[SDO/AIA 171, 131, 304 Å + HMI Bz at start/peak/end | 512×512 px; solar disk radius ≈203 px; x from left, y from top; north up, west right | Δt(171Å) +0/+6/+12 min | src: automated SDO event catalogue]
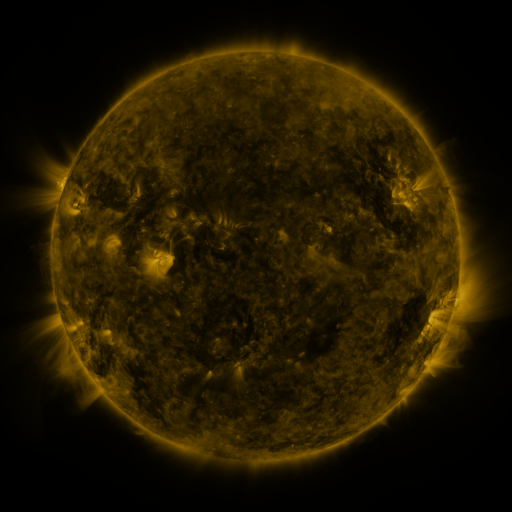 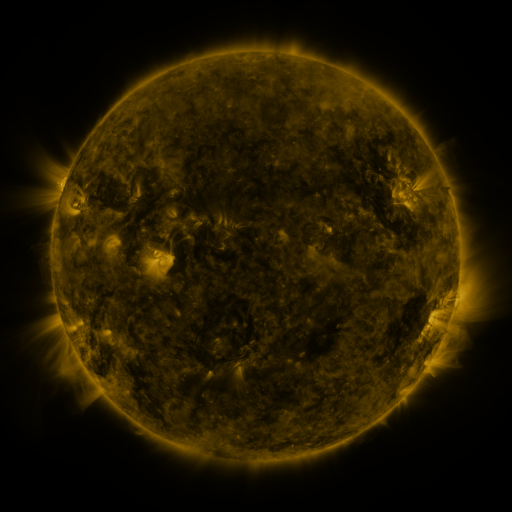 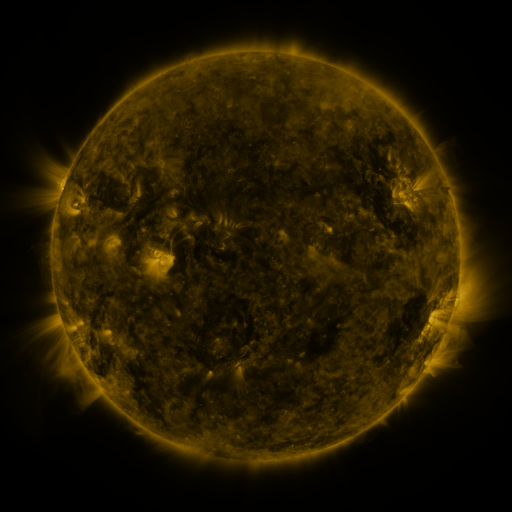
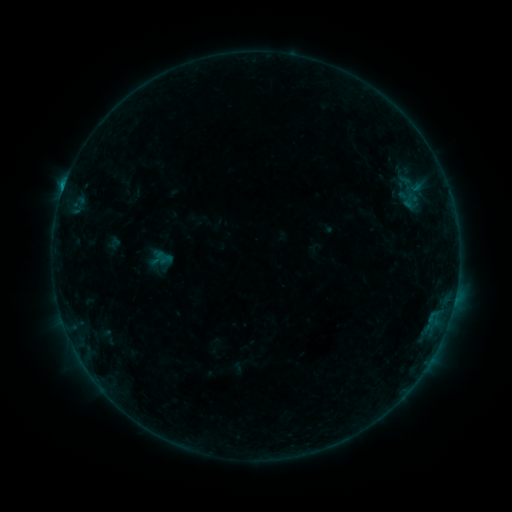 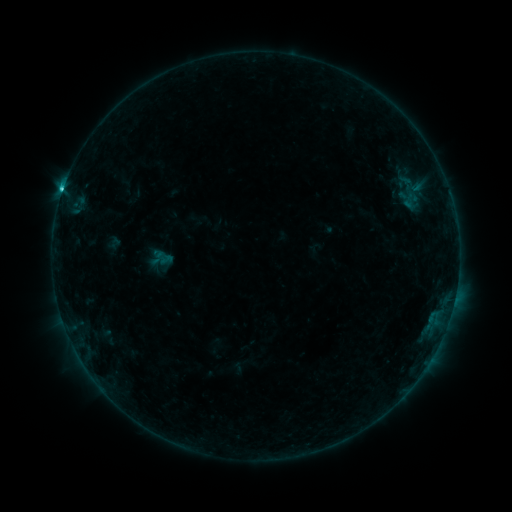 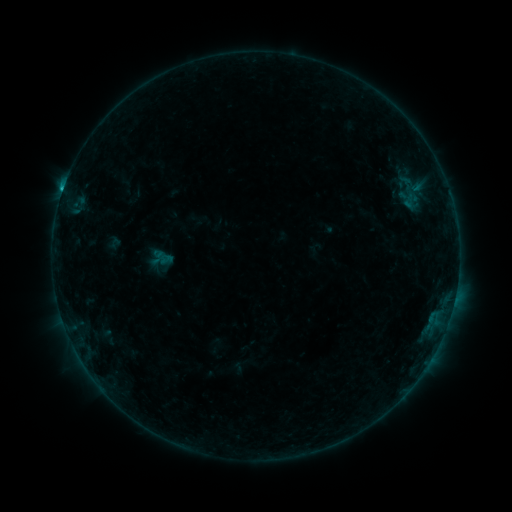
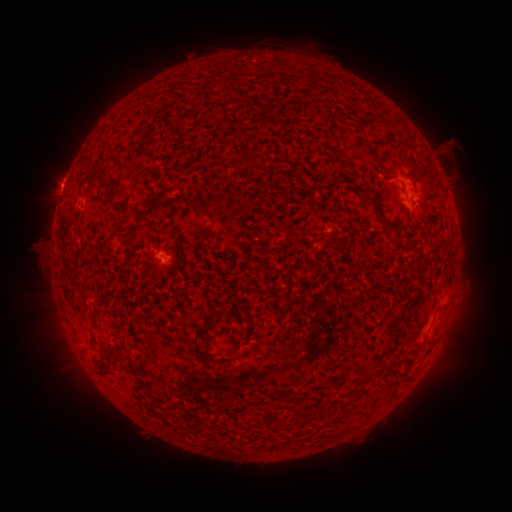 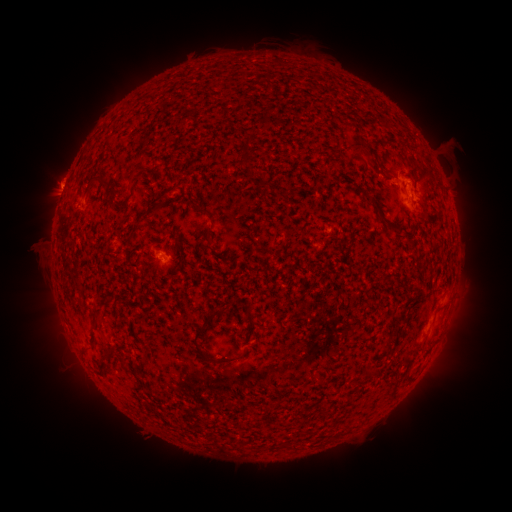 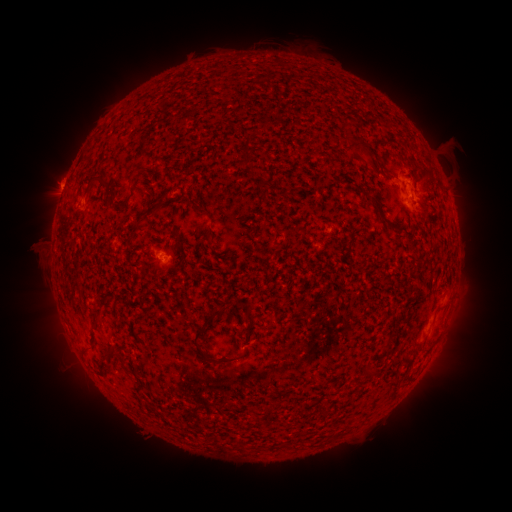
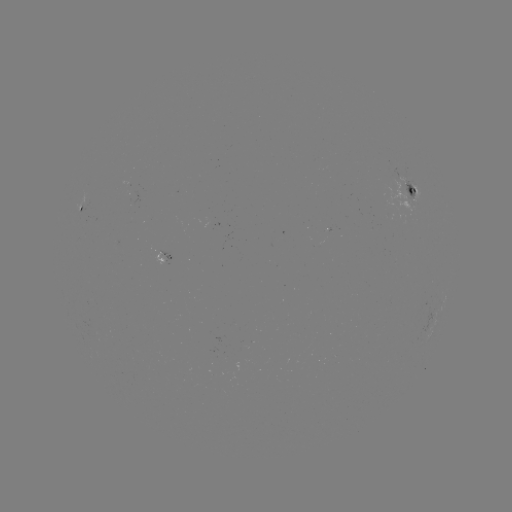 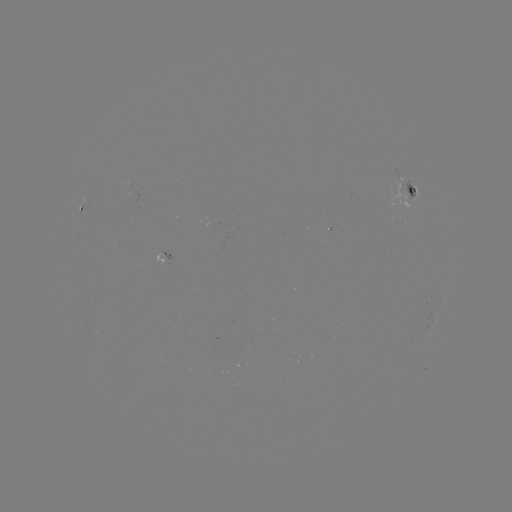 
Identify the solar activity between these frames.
C1.5 flare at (62, 194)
